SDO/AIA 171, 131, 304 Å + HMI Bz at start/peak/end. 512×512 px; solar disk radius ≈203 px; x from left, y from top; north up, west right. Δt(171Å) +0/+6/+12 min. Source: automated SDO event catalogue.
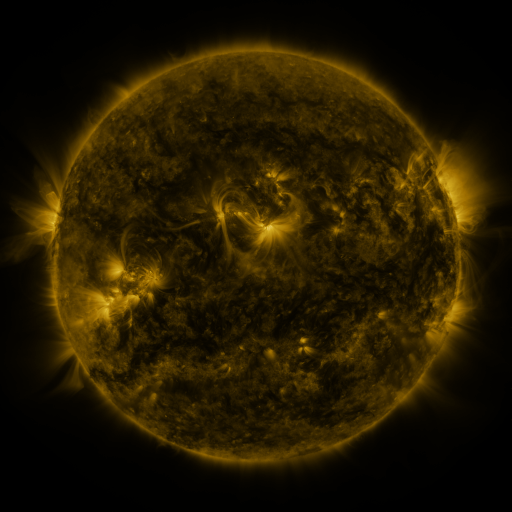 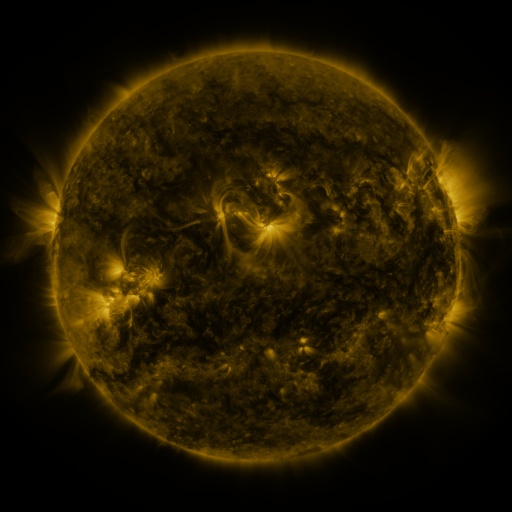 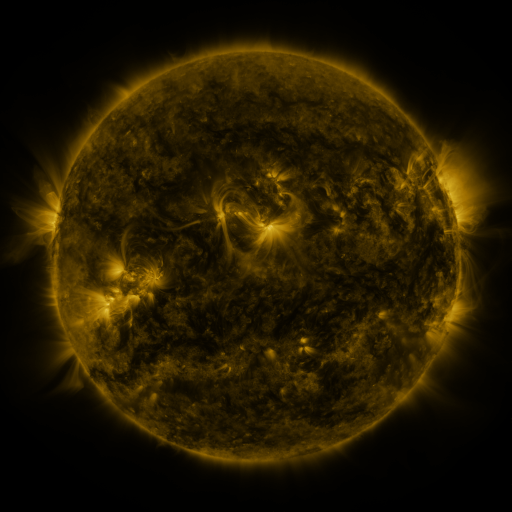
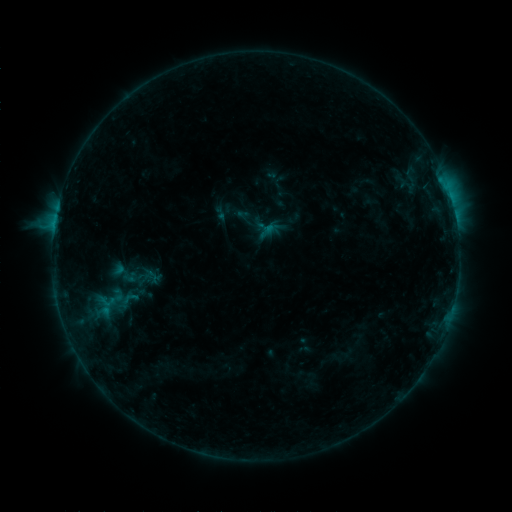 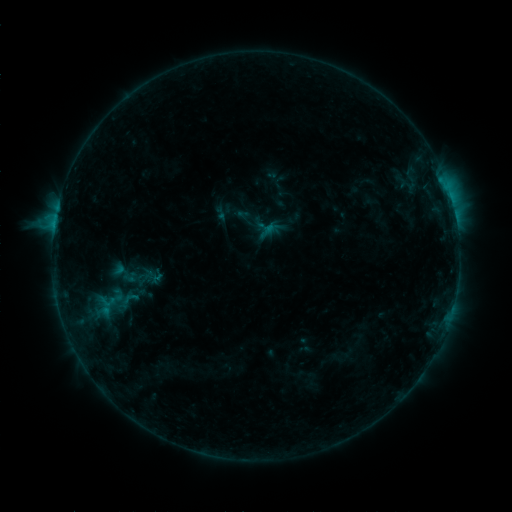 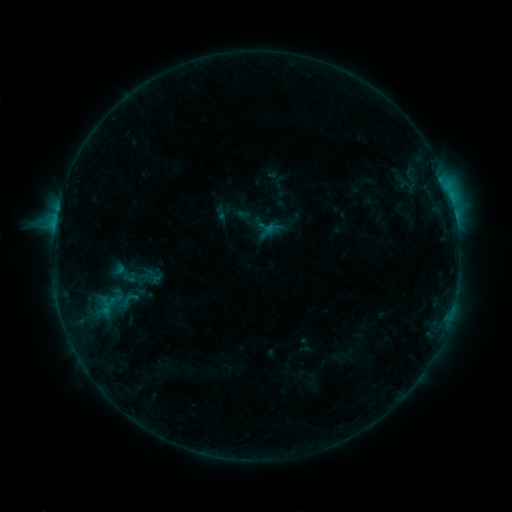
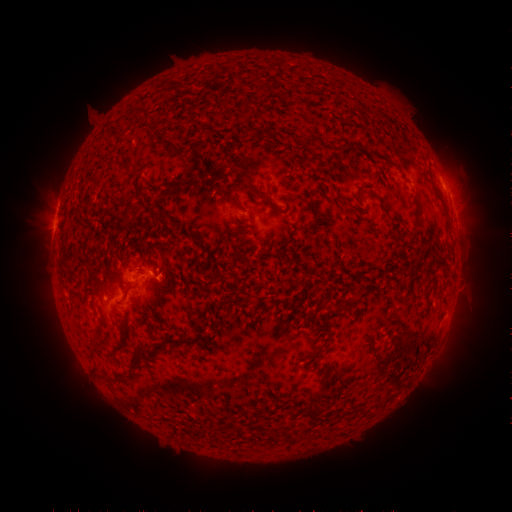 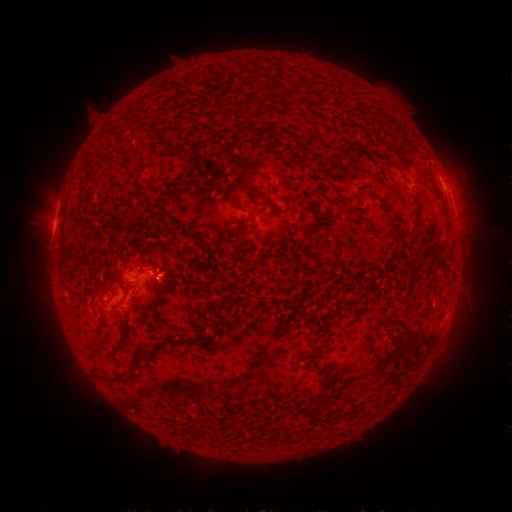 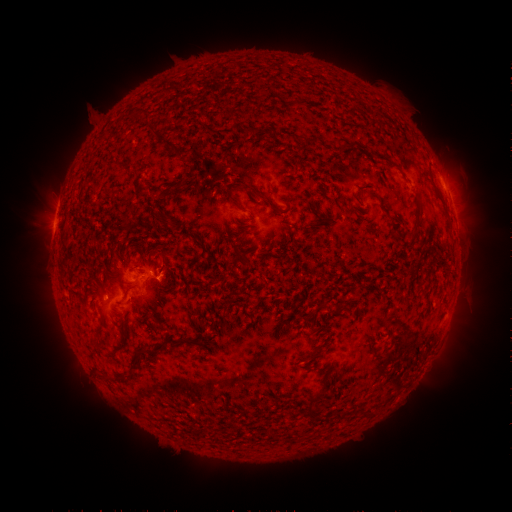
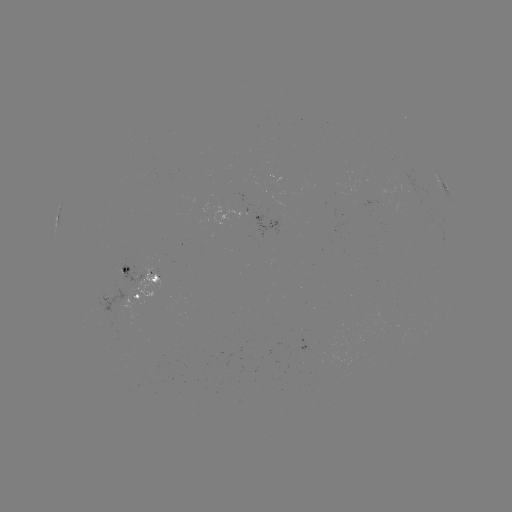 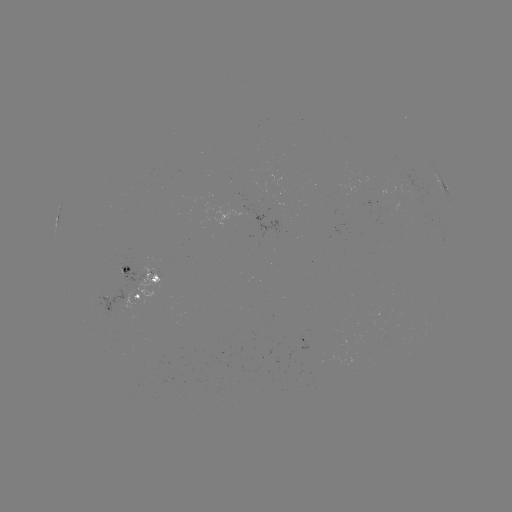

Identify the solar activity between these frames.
no classed flare was catalogued and no EUV brightening was flagged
